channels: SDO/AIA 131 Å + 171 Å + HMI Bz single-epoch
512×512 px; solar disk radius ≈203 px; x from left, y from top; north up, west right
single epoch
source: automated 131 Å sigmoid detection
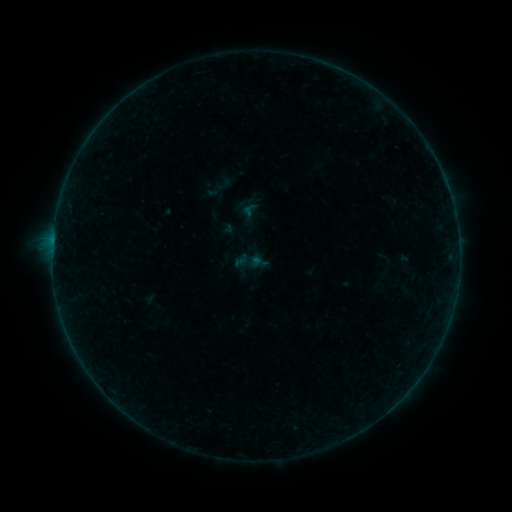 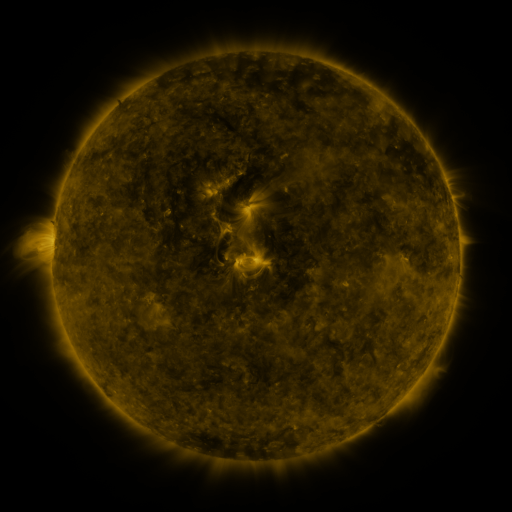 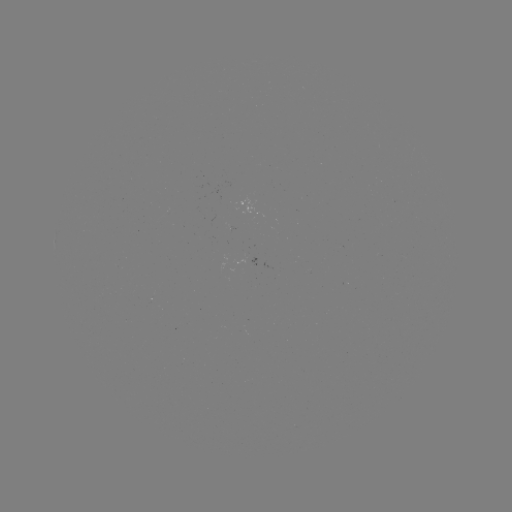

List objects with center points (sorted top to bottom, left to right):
sigmoid: (205, 178, 227, 201)
